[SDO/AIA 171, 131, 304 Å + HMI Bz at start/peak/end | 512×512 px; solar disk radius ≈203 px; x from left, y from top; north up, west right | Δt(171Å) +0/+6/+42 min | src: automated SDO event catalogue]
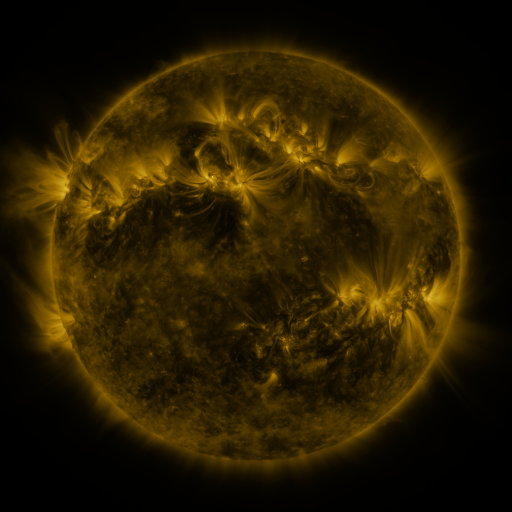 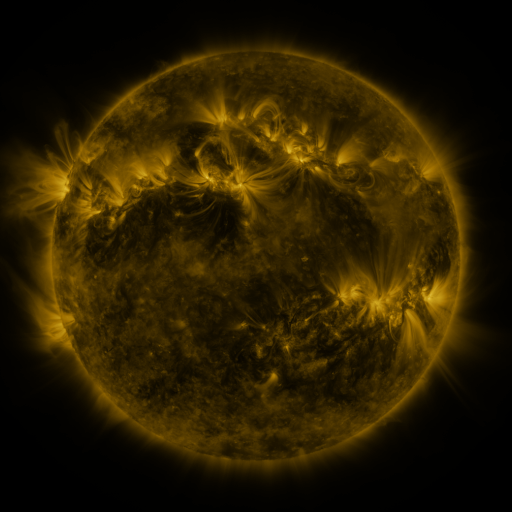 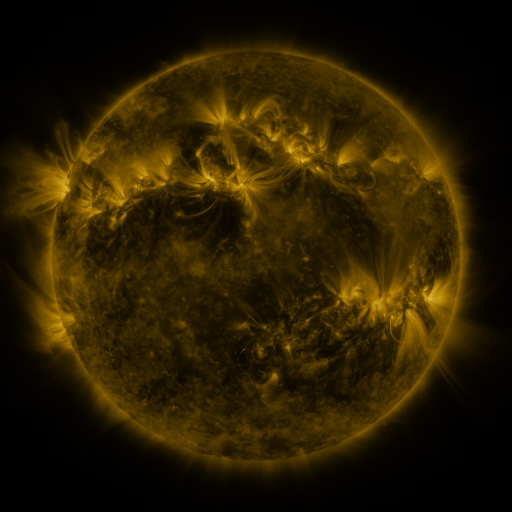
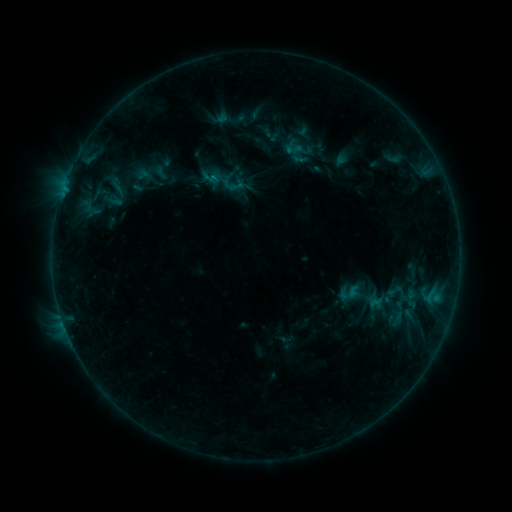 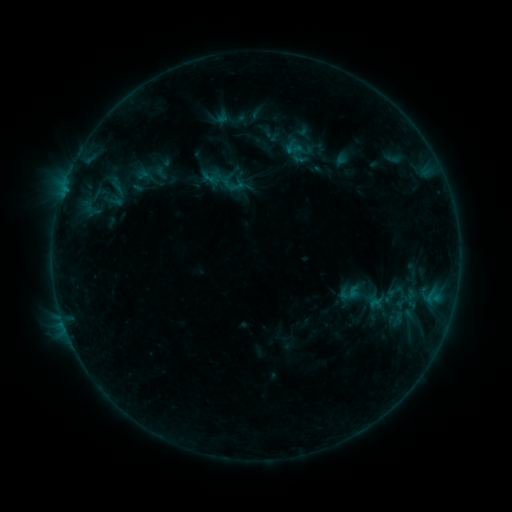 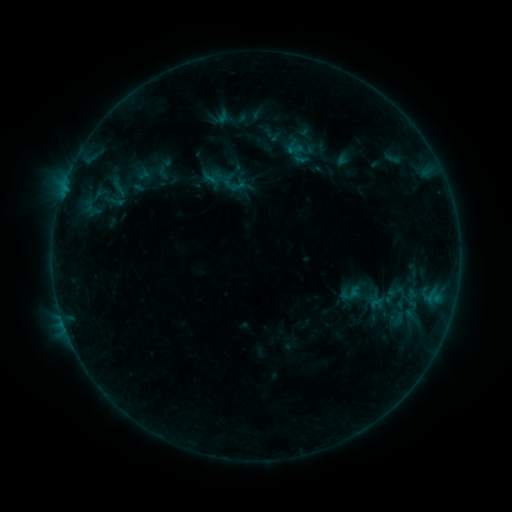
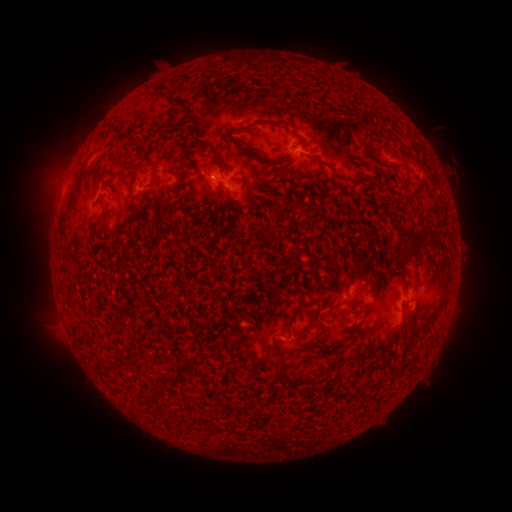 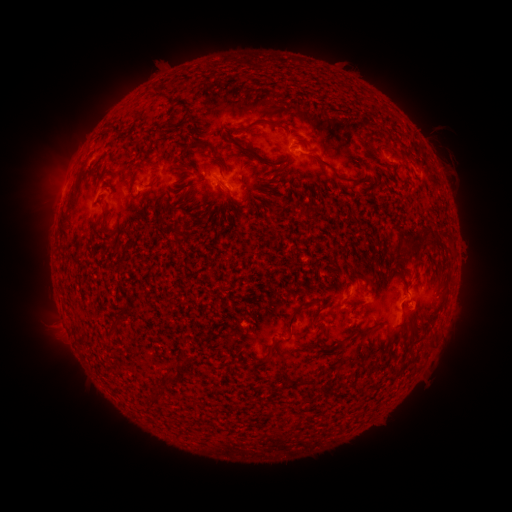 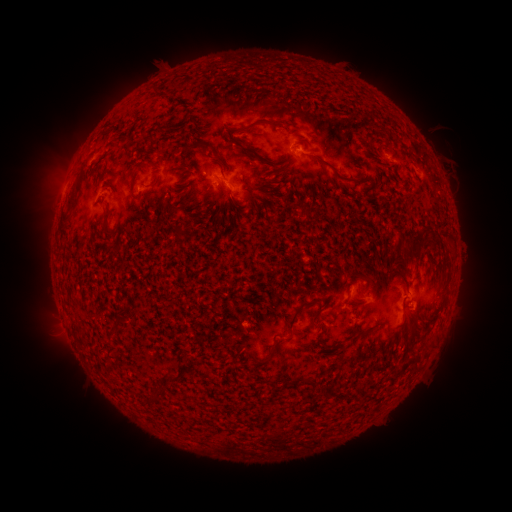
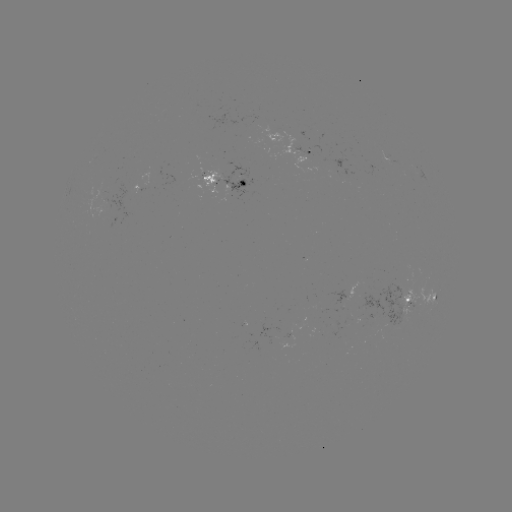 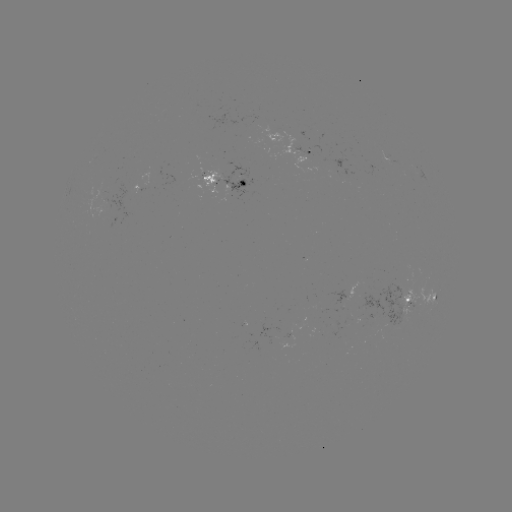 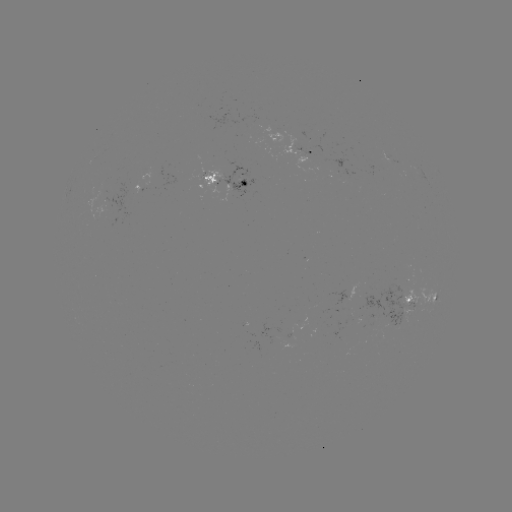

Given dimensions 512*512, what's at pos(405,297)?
emerging-flux region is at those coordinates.